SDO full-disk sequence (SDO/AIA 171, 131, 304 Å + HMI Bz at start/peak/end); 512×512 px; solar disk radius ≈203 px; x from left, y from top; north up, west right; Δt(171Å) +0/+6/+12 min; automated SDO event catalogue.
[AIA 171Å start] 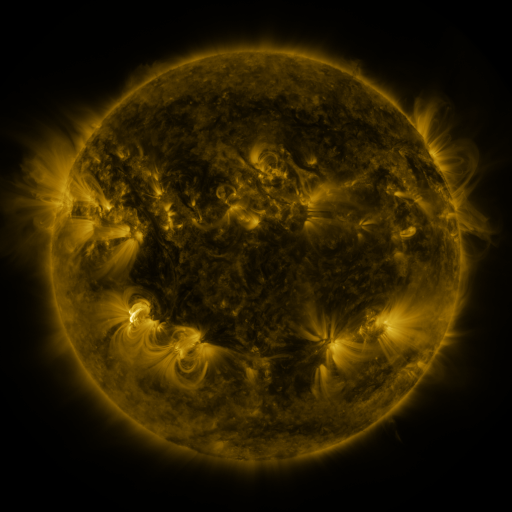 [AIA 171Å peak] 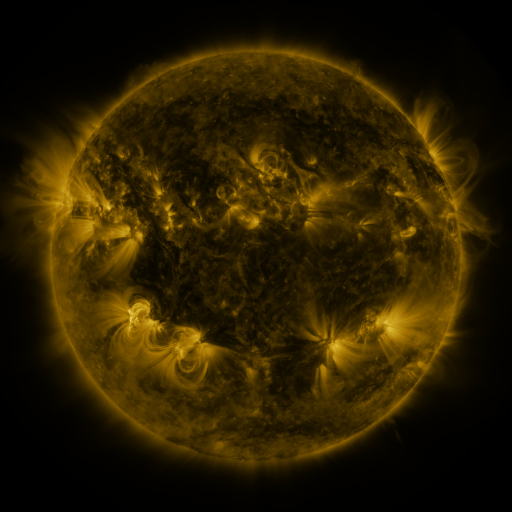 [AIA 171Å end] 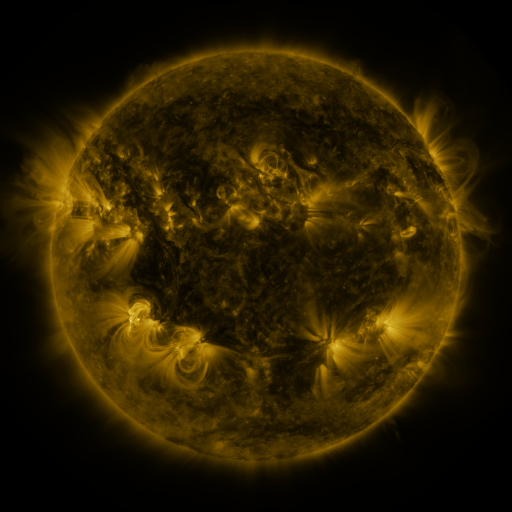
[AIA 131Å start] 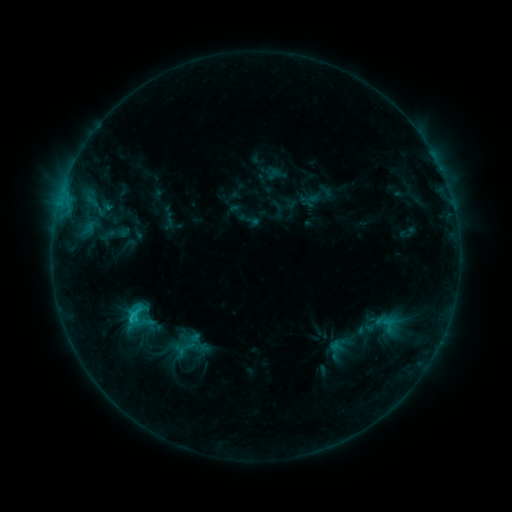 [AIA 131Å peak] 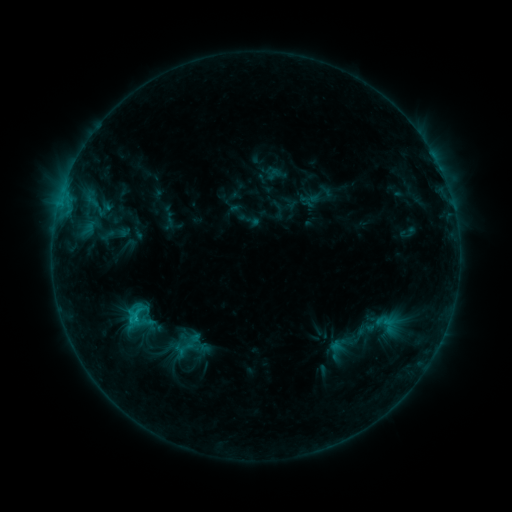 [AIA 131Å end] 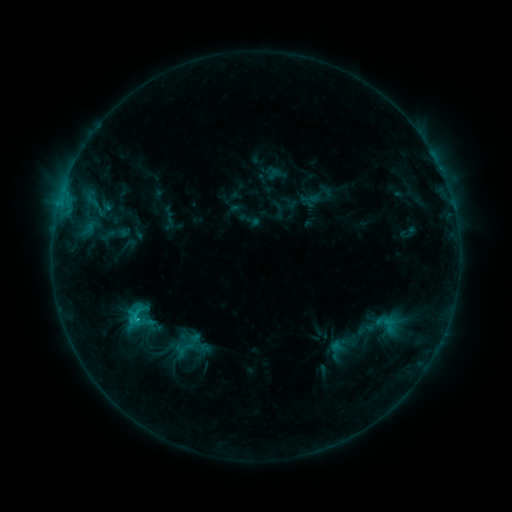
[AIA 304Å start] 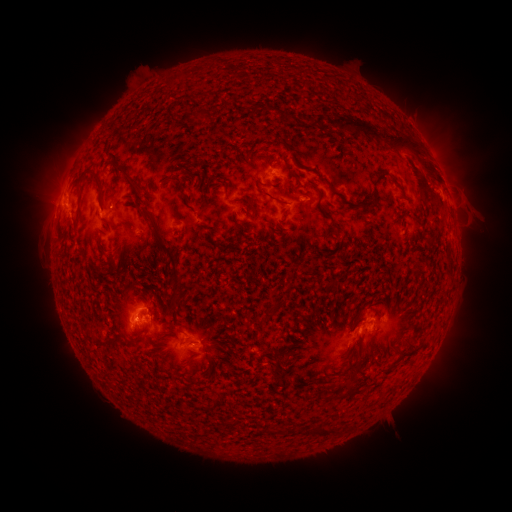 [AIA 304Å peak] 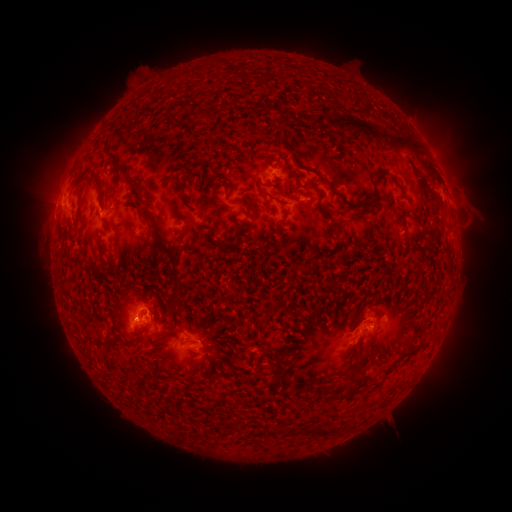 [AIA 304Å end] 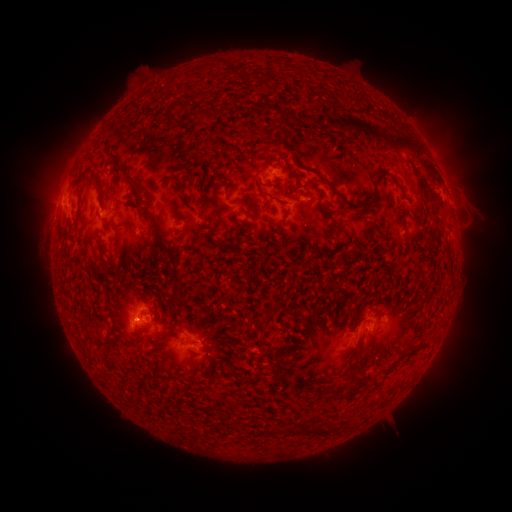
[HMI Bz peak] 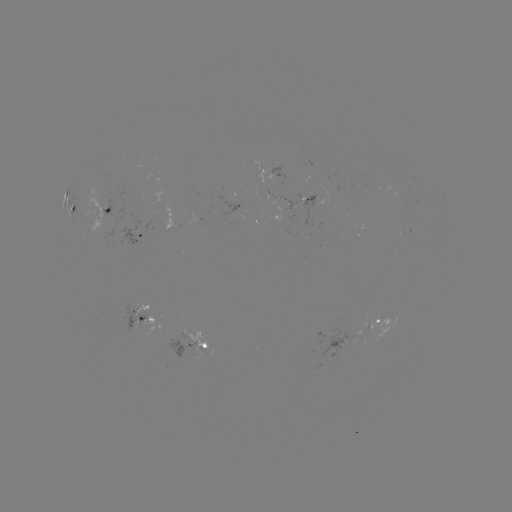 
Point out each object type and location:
C1.4 flare: (135, 318)
